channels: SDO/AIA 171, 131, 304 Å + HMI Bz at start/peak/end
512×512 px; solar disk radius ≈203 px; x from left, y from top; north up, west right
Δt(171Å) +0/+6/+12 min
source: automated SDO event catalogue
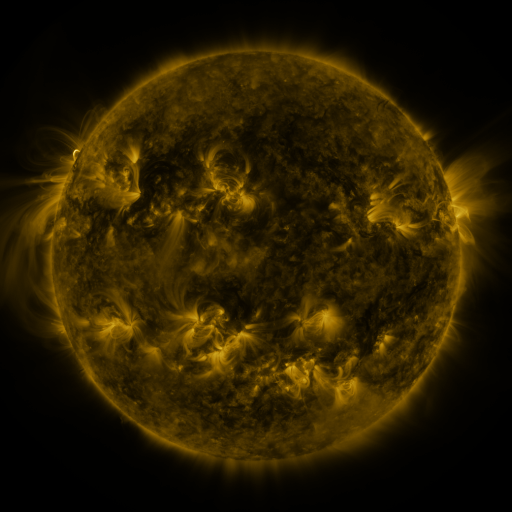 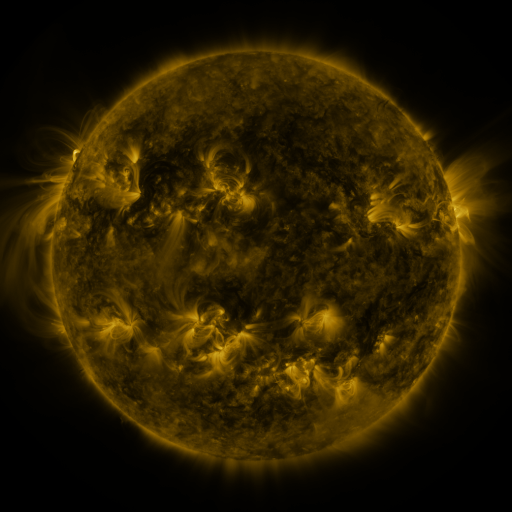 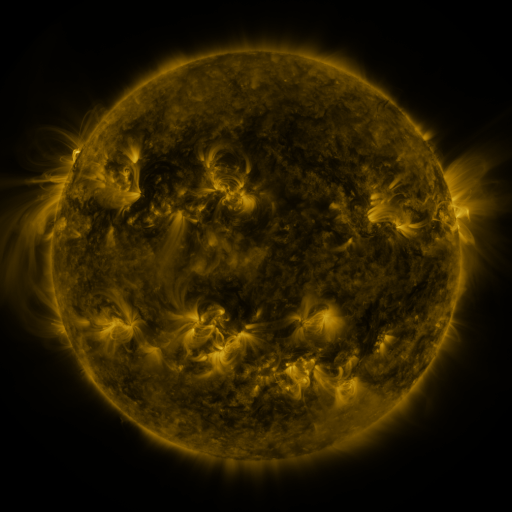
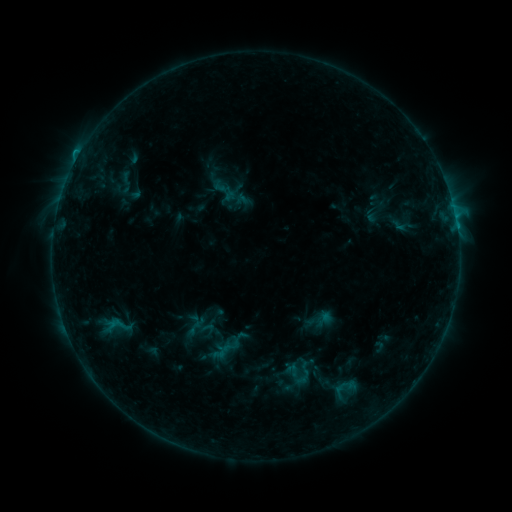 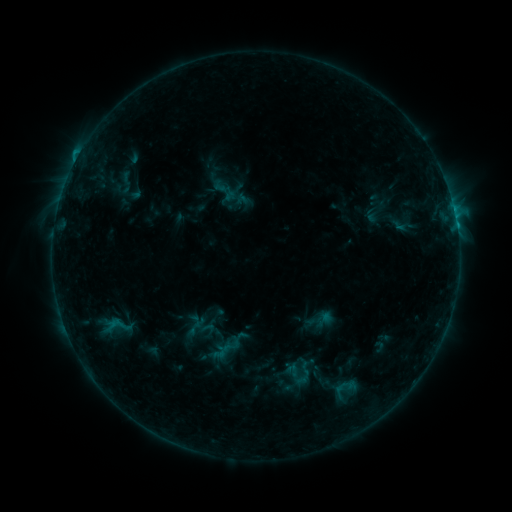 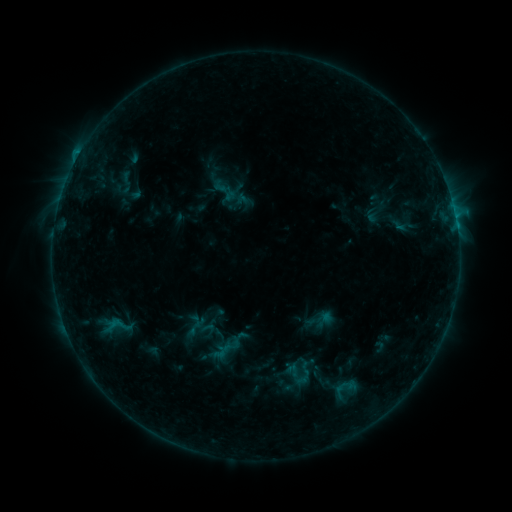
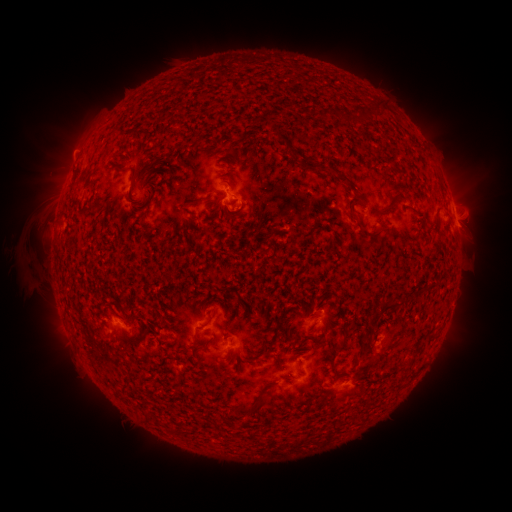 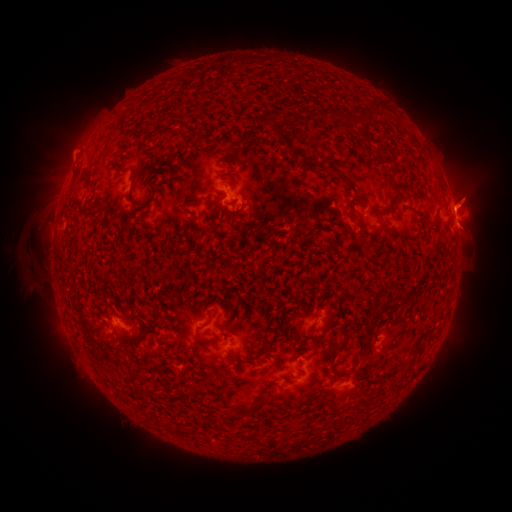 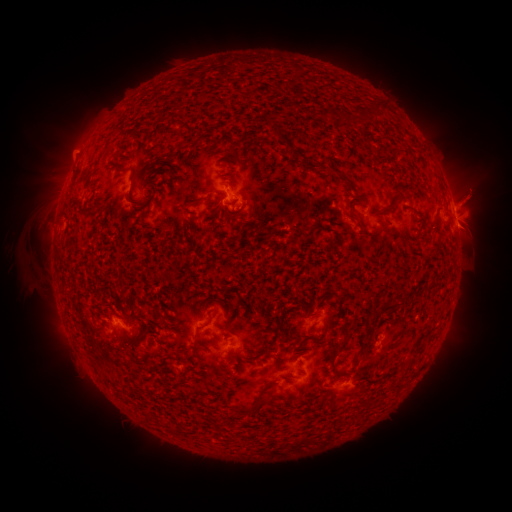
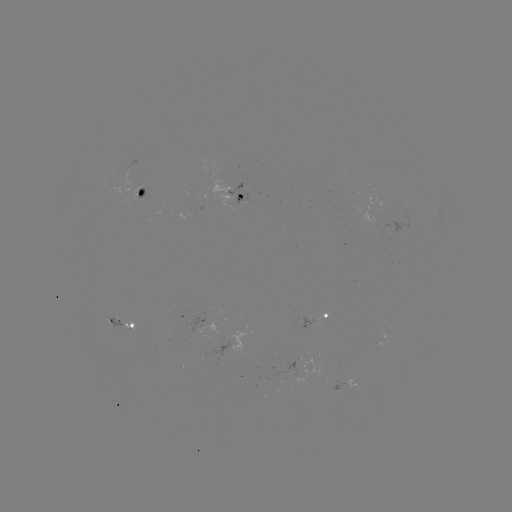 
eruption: <bbox>436, 163, 505, 226</bbox>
